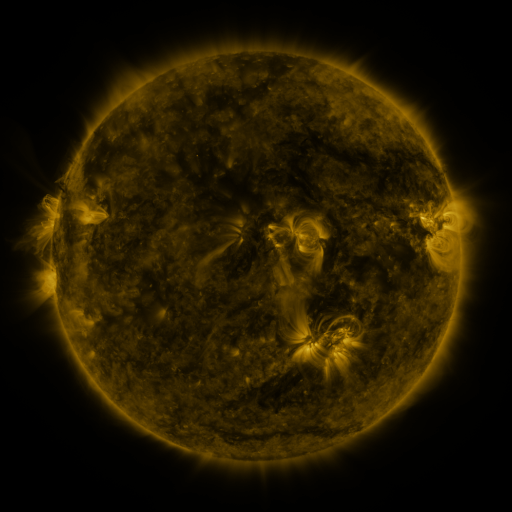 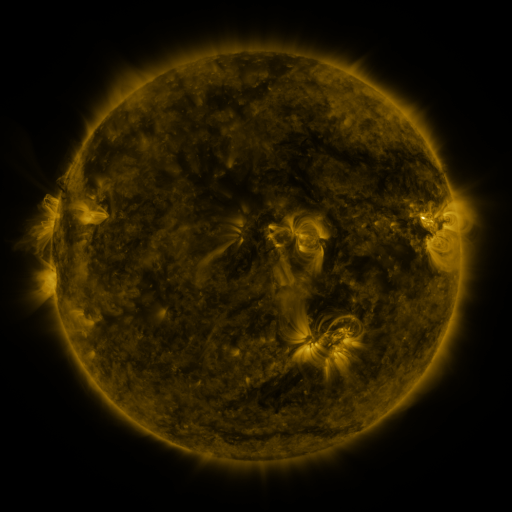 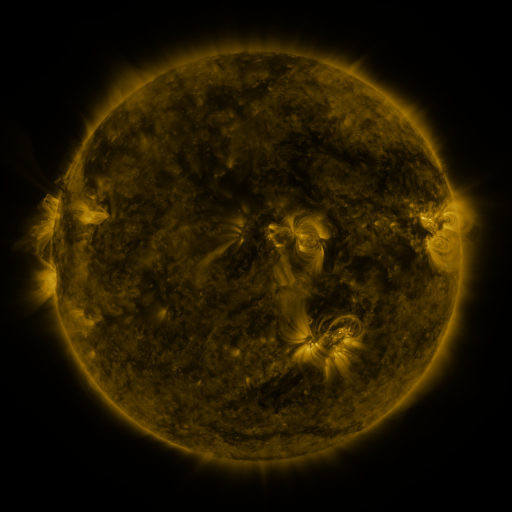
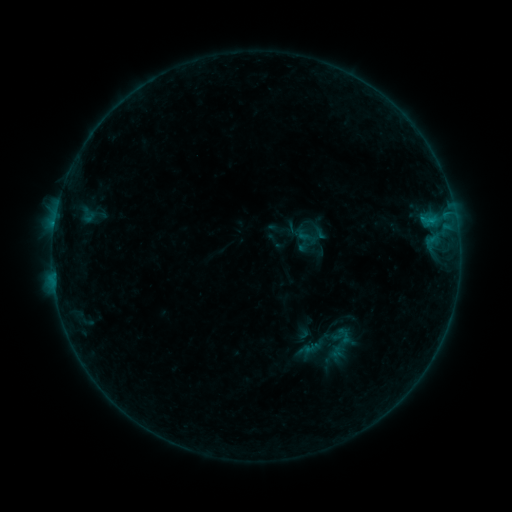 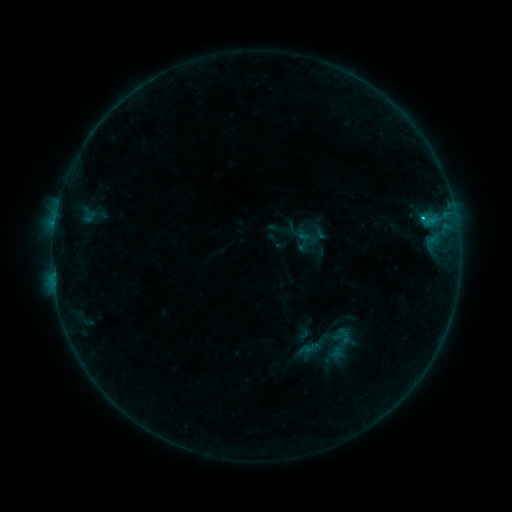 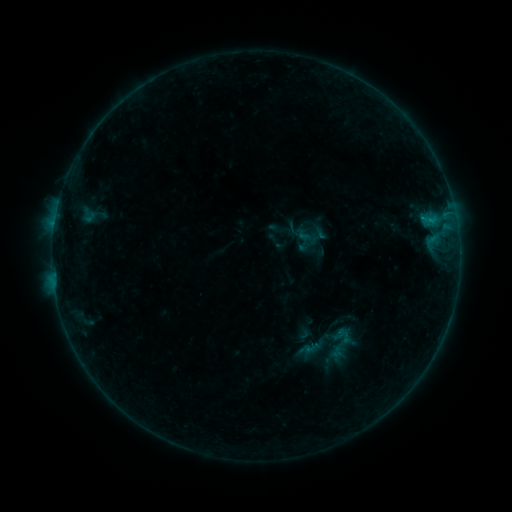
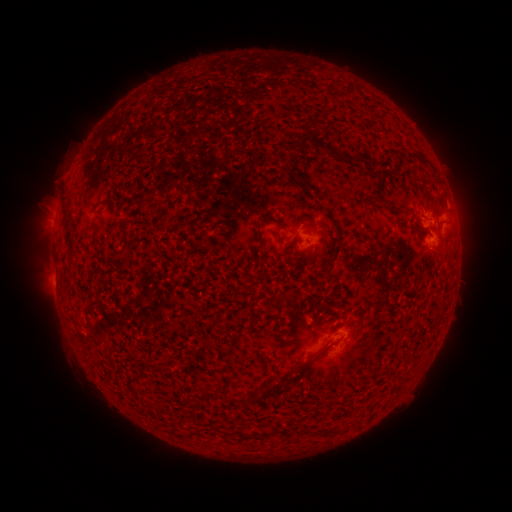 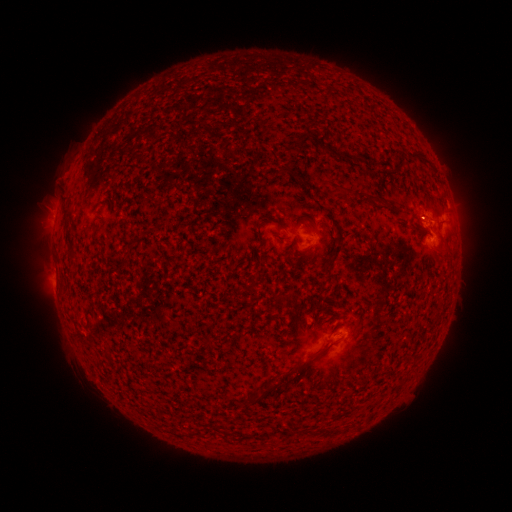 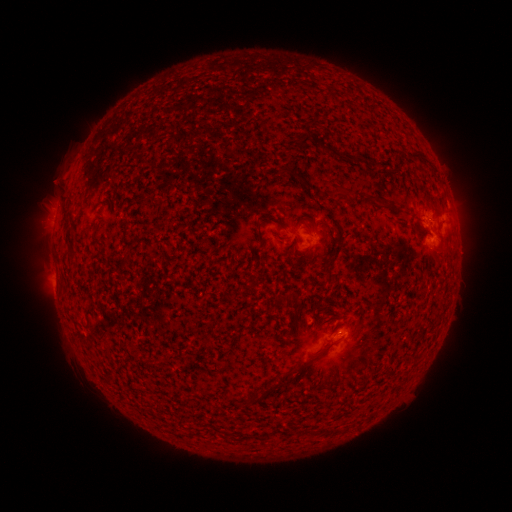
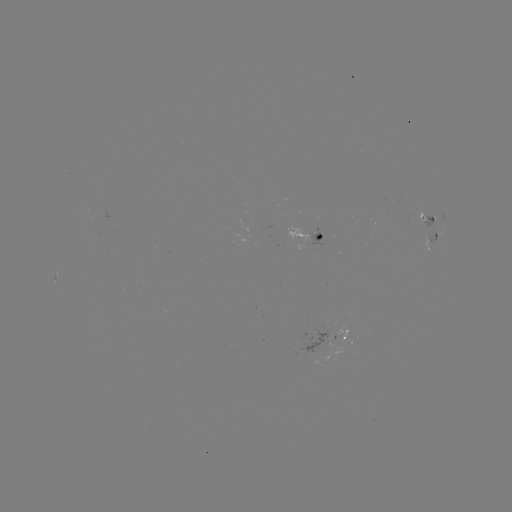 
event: flare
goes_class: C1.1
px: (423, 220)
